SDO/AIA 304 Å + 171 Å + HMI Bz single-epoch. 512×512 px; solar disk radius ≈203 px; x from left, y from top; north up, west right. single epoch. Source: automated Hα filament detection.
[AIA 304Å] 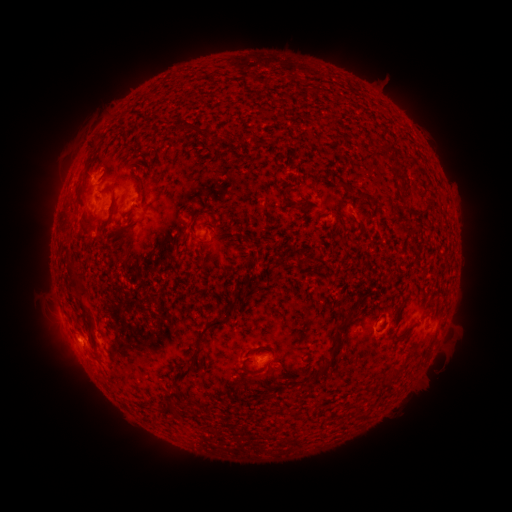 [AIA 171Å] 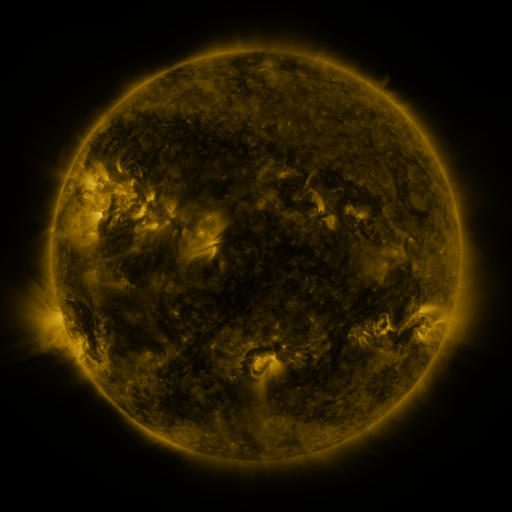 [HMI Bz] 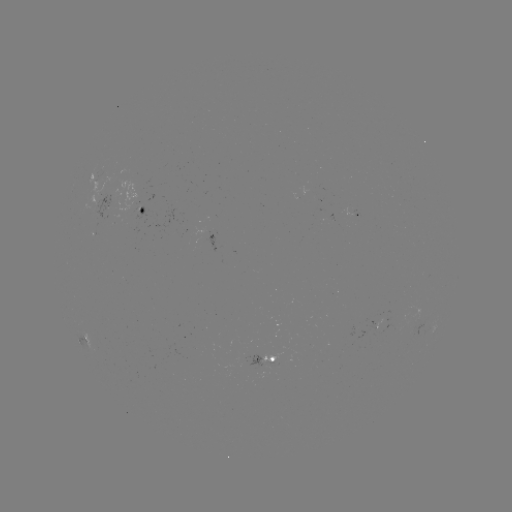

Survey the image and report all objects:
filament: (191, 127)
filament: (264, 142)
filament: (408, 158)
filament: (400, 177)
filament: (348, 186)
filament: (142, 192)
filament: (298, 205)
filament: (339, 205)
filament: (112, 207)
filament: (190, 231)
filament: (72, 269)
filament: (243, 283)
filament: (81, 287)
filament: (230, 313)
filament: (345, 323)
filament: (91, 326)
filament: (196, 349)
filament: (329, 365)
filament: (249, 372)
filament: (396, 375)
filament: (309, 384)
filament: (166, 408)
